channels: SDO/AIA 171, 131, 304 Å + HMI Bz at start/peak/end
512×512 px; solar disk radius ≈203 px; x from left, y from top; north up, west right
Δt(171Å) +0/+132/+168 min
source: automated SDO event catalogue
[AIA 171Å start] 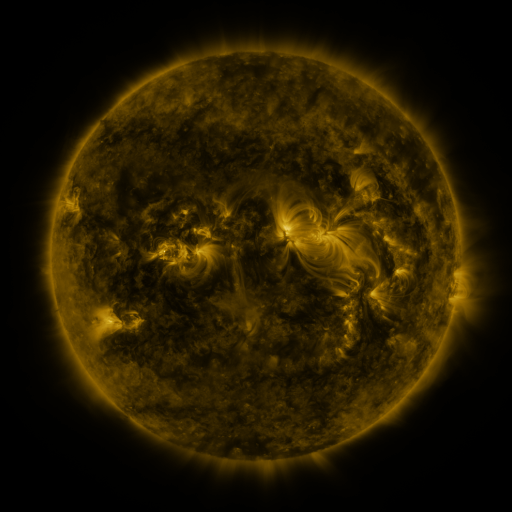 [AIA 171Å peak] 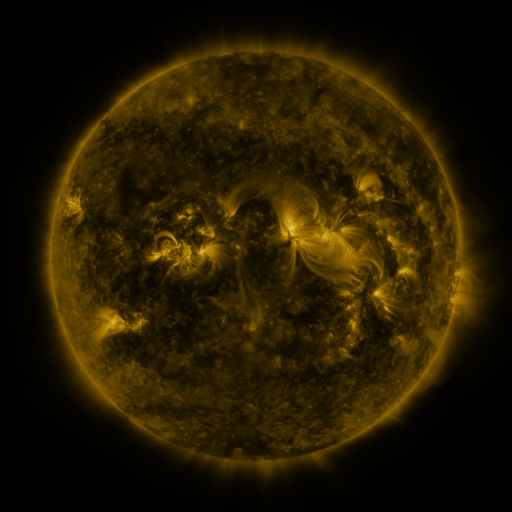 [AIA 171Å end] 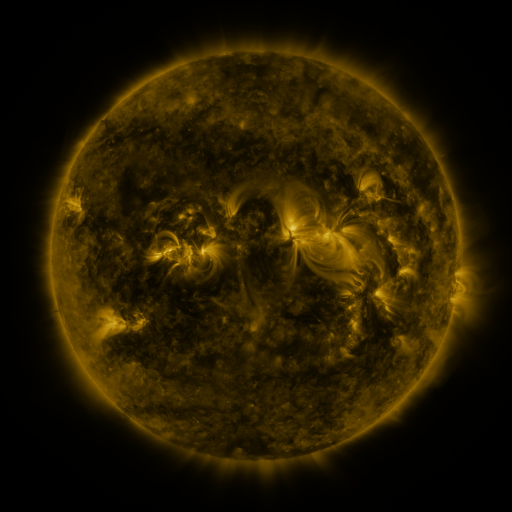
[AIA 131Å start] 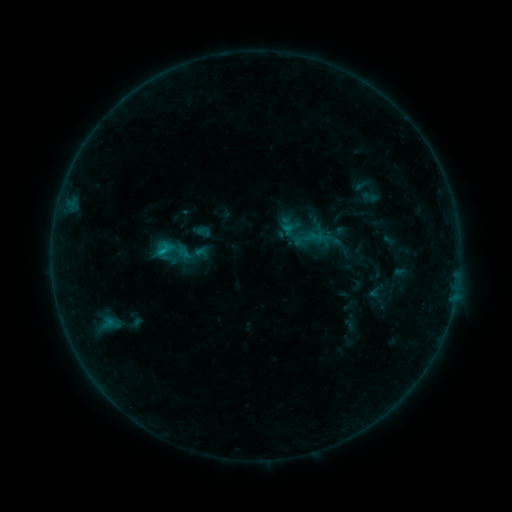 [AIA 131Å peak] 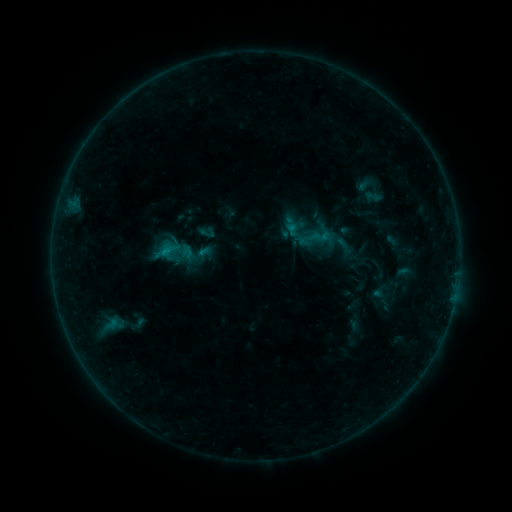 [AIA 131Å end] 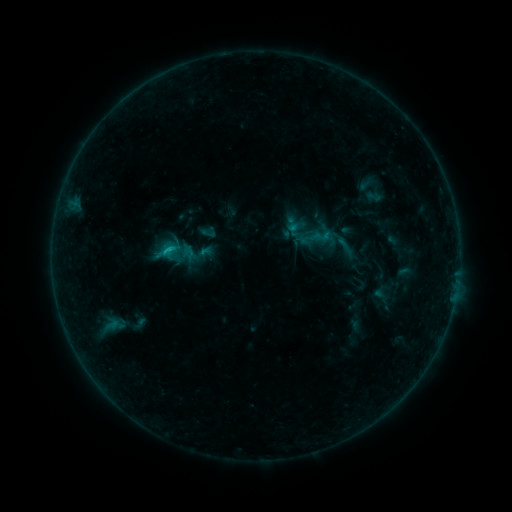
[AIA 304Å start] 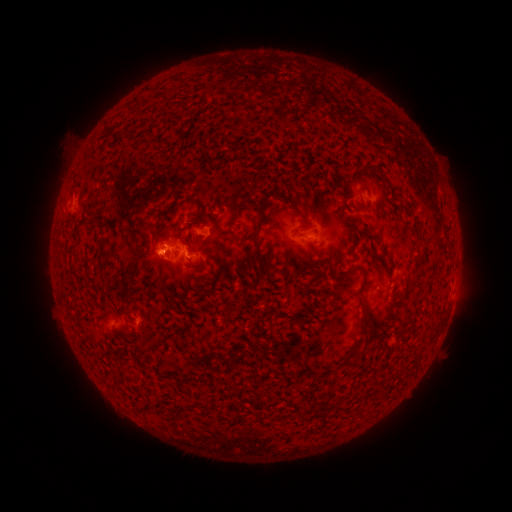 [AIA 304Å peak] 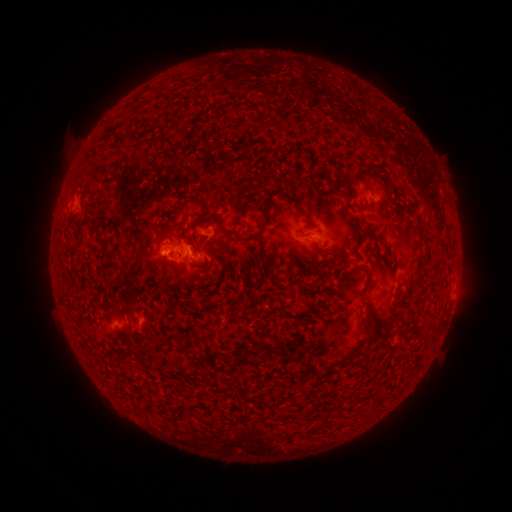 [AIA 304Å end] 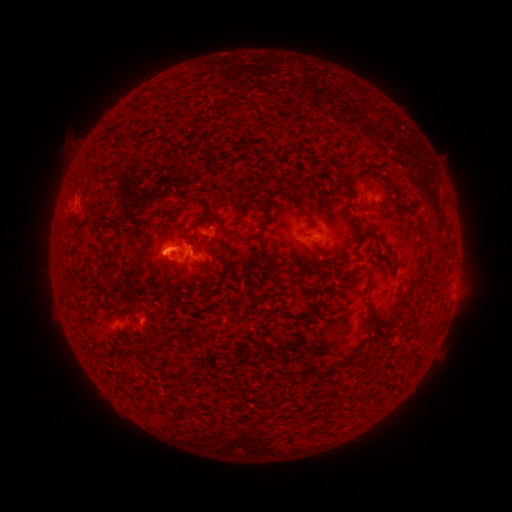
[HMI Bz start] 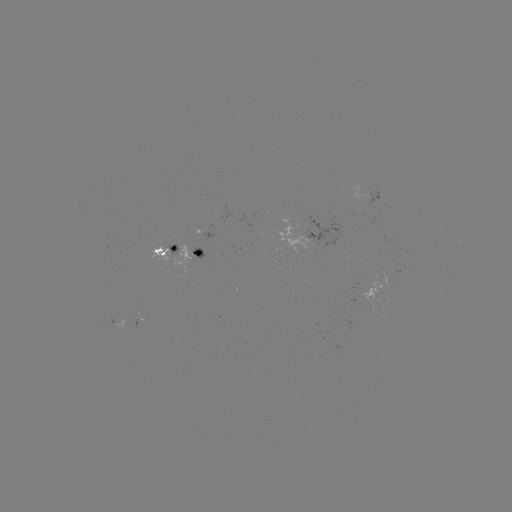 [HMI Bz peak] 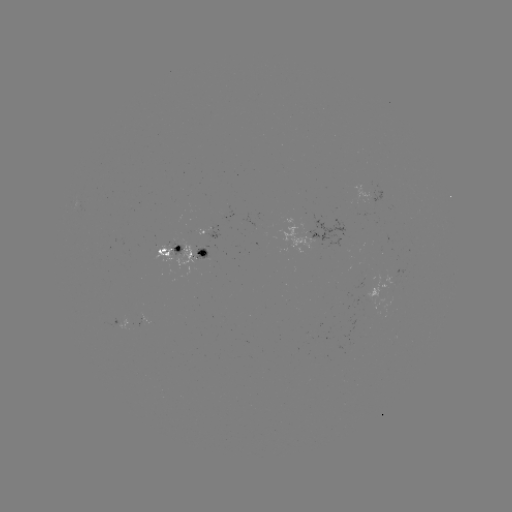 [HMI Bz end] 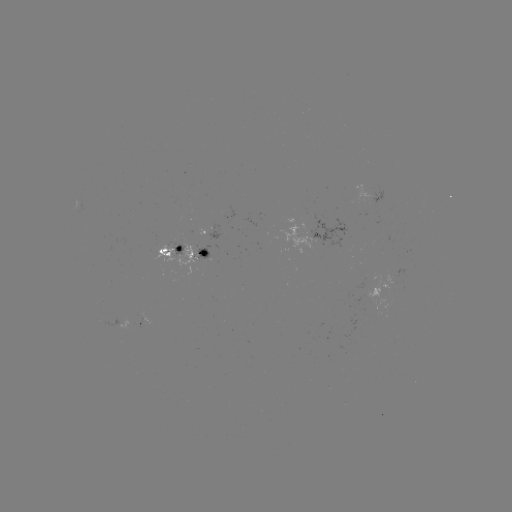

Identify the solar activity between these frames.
emerging-flux region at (203, 255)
